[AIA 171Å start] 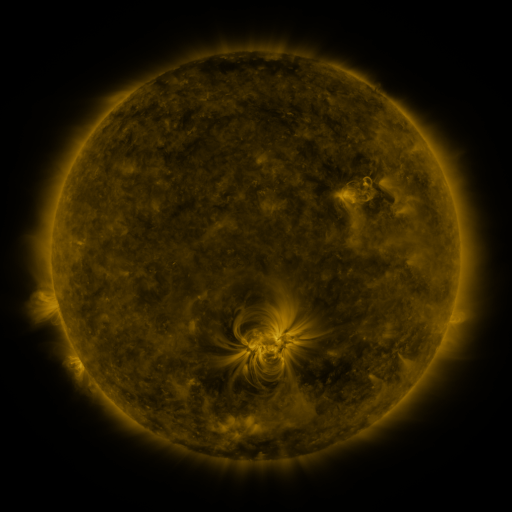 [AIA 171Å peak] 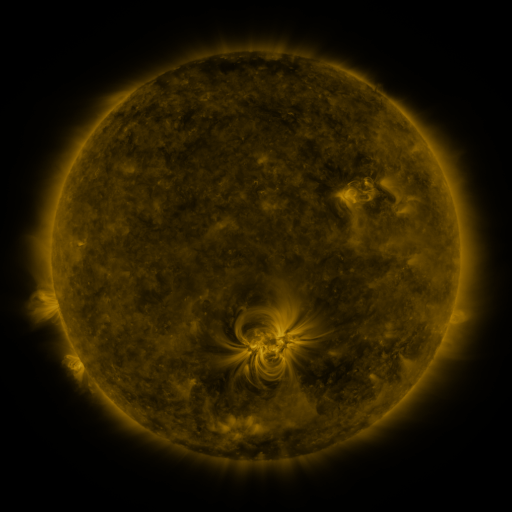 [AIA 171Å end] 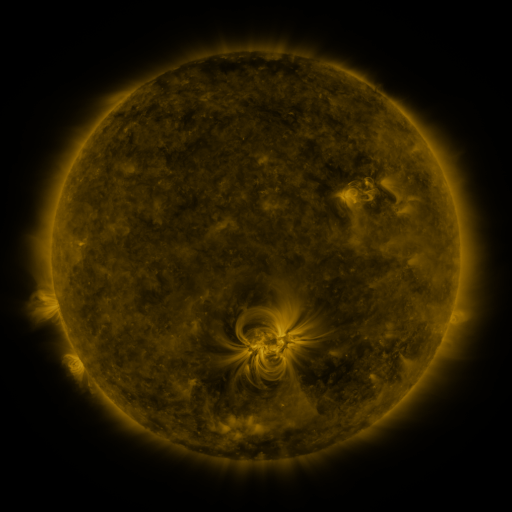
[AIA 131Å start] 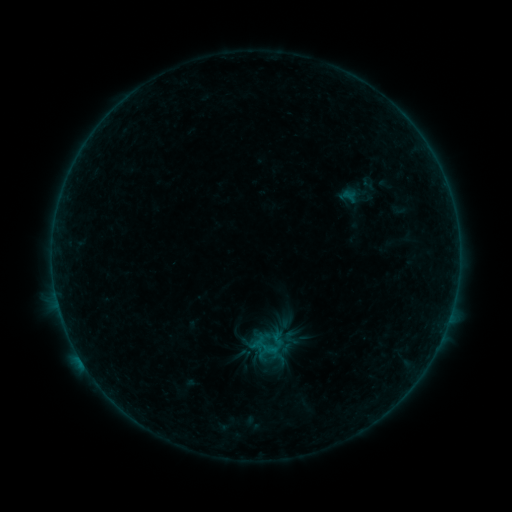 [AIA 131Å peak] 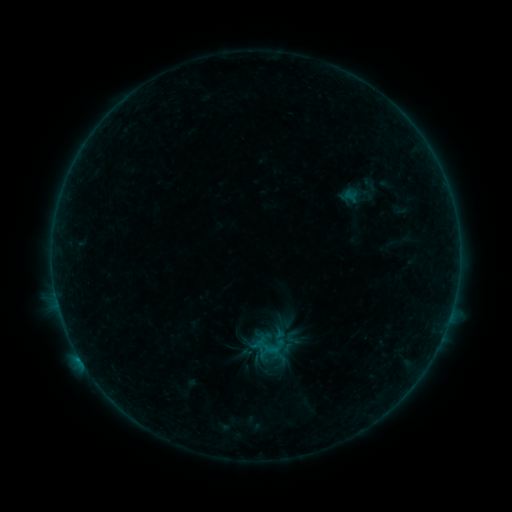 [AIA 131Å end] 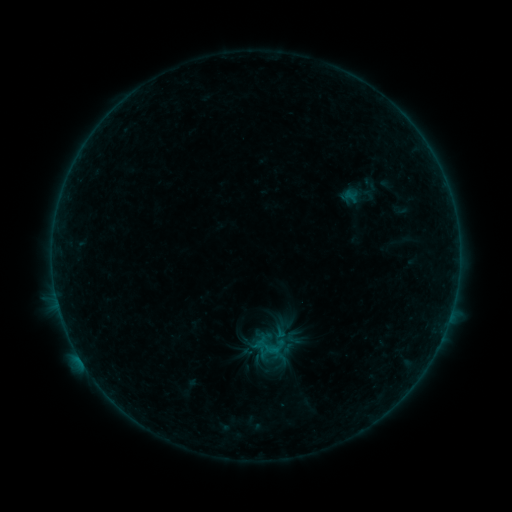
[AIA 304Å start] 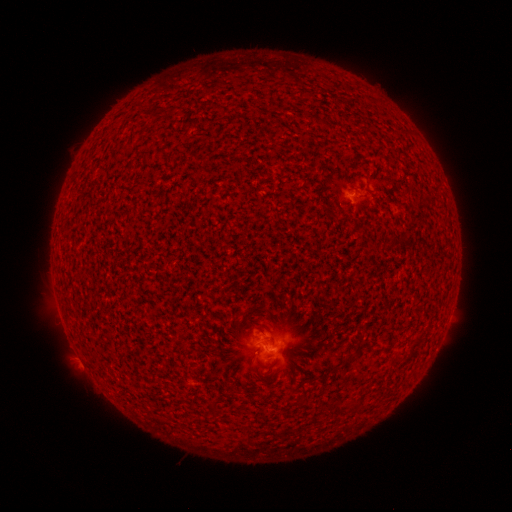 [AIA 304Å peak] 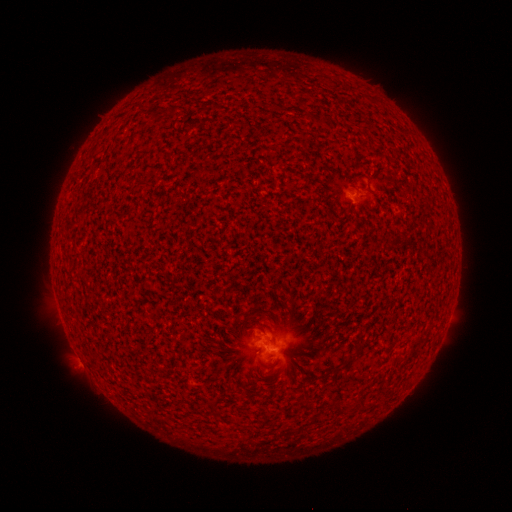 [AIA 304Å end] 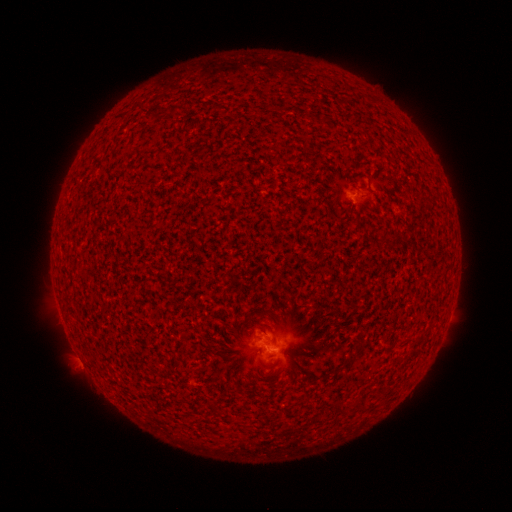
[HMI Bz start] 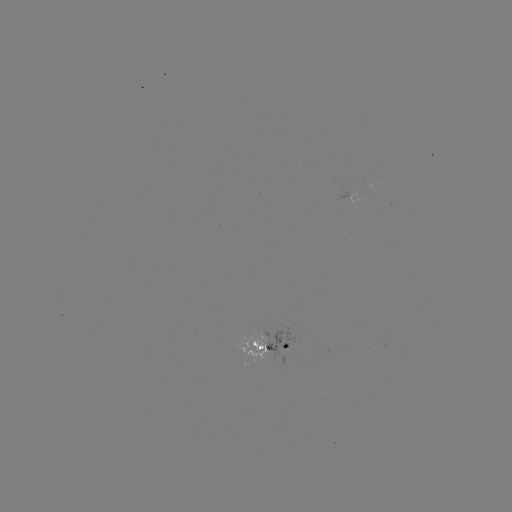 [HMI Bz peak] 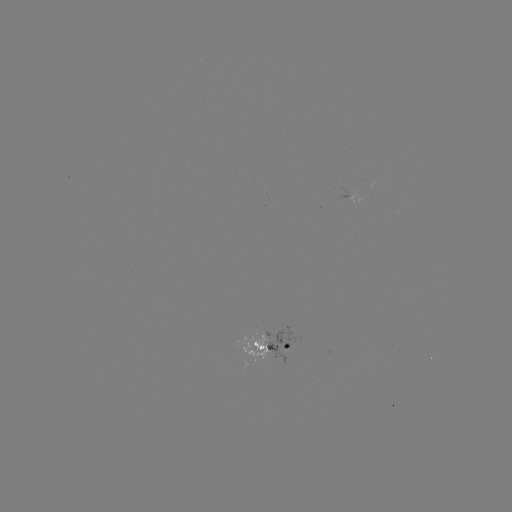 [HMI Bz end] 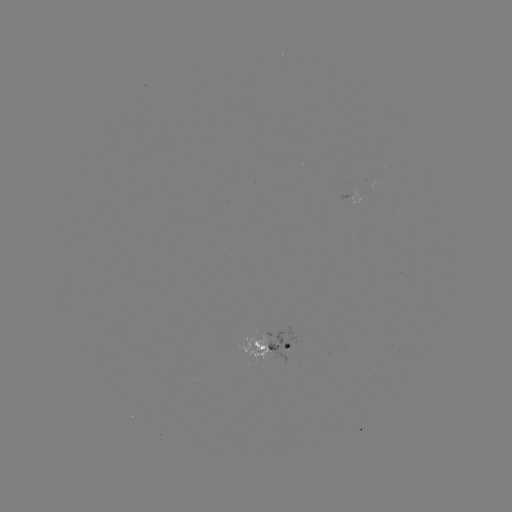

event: flare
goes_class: B3.0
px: (80, 357)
